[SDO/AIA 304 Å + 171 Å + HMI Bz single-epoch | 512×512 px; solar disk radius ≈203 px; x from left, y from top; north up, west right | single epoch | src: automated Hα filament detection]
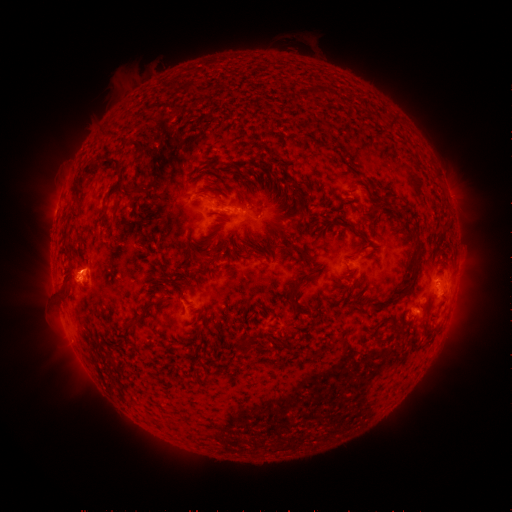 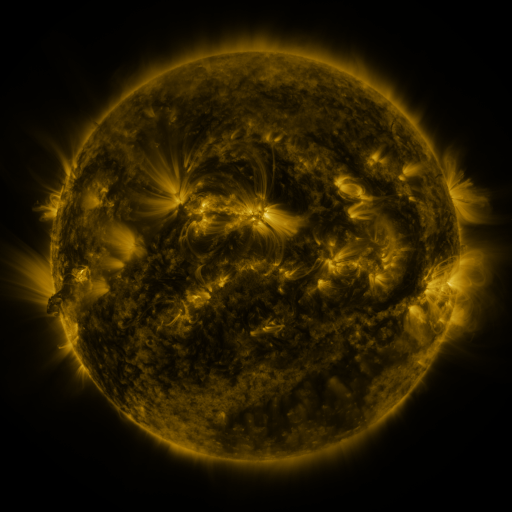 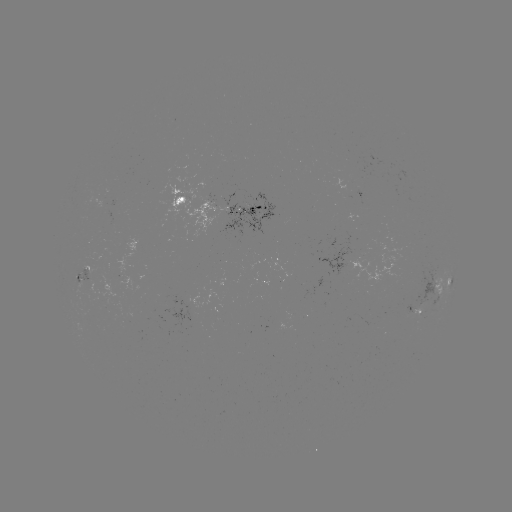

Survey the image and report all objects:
filament: [315, 86, 323, 97]
filament: [297, 89, 307, 98]
filament: [287, 92, 298, 105]
filament: [386, 114, 397, 130]
filament: [287, 121, 335, 154]
filament: [186, 122, 279, 156]
filament: [325, 133, 359, 180]
filament: [133, 158, 162, 180]
filament: [99, 159, 124, 172]
filament: [207, 161, 246, 180]
filament: [67, 165, 95, 204]
filament: [114, 179, 145, 199]
filament: [207, 195, 226, 207]
filament: [99, 196, 108, 220]
filament: [113, 200, 121, 210]
filament: [130, 215, 144, 228]
filament: [331, 219, 354, 229]
filament: [302, 223, 312, 232]
filament: [352, 228, 369, 255]
filament: [409, 231, 416, 245]
filament: [280, 243, 308, 260]
filament: [184, 246, 213, 266]
filament: [406, 251, 420, 283]
filament: [208, 259, 217, 270]
filament: [109, 266, 121, 274]
filament: [168, 273, 186, 284]
filament: [60, 284, 68, 300]
filament: [288, 284, 302, 315]
filament: [121, 300, 162, 341]
filament: [421, 303, 428, 317]
filament: [378, 317, 388, 326]
filament: [188, 327, 202, 339]
filament: [234, 336, 252, 358]
filament: [269, 336, 283, 347]
filament: [103, 353, 121, 371]
